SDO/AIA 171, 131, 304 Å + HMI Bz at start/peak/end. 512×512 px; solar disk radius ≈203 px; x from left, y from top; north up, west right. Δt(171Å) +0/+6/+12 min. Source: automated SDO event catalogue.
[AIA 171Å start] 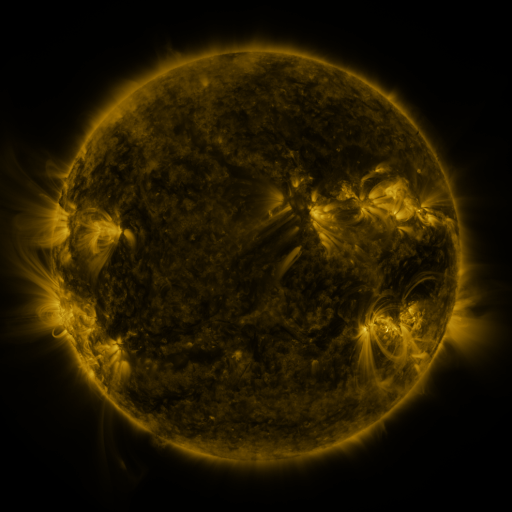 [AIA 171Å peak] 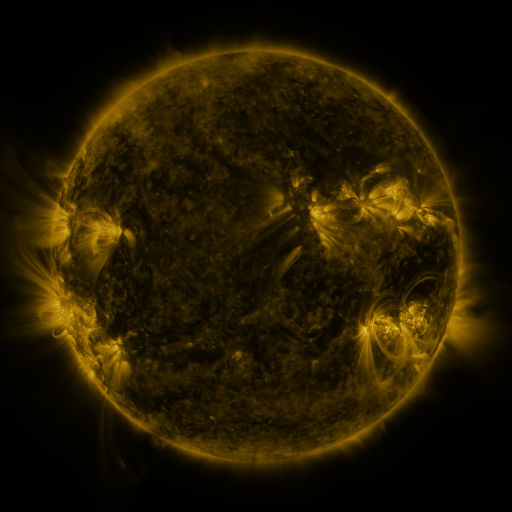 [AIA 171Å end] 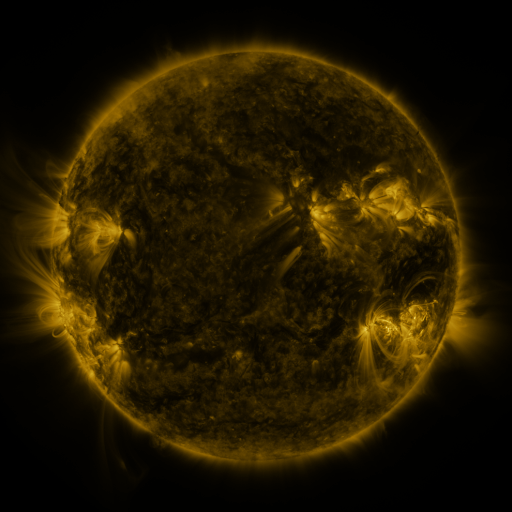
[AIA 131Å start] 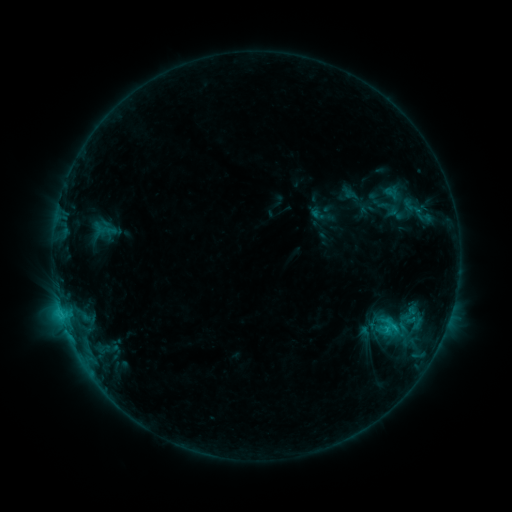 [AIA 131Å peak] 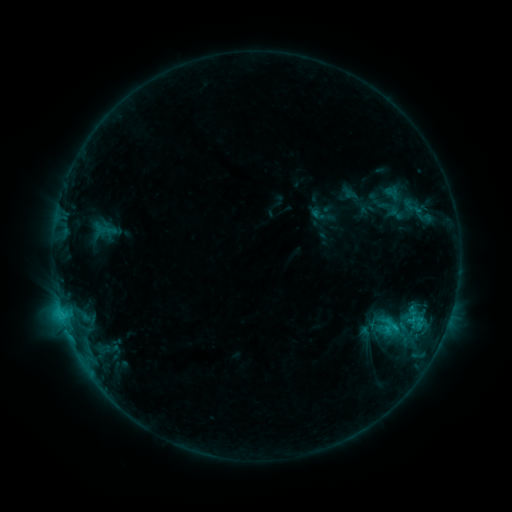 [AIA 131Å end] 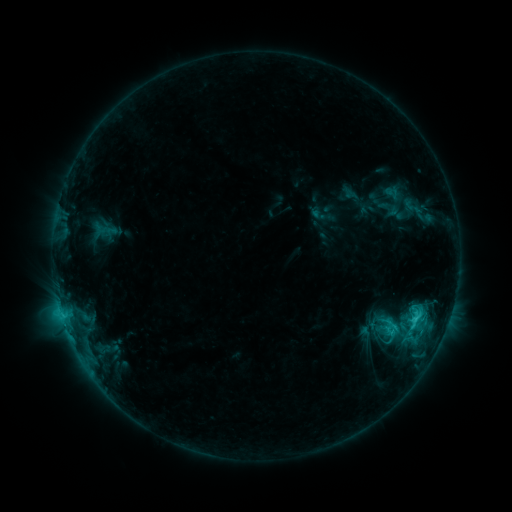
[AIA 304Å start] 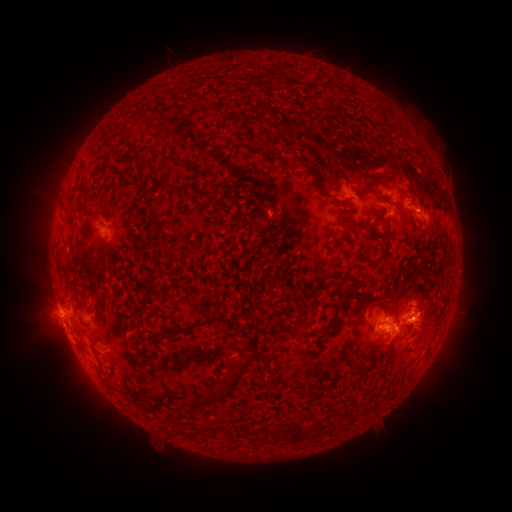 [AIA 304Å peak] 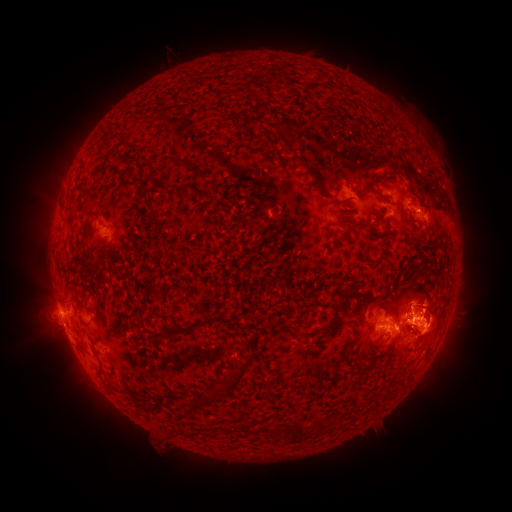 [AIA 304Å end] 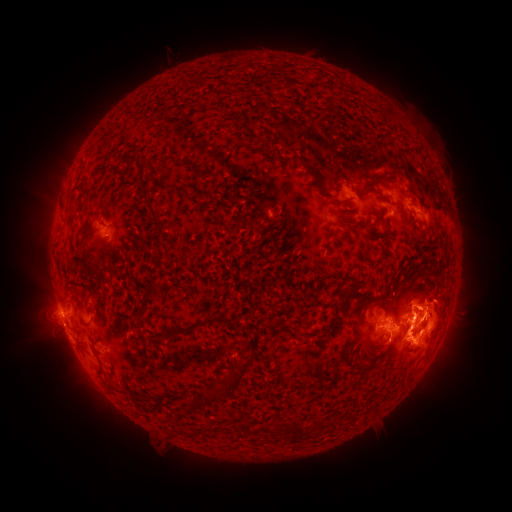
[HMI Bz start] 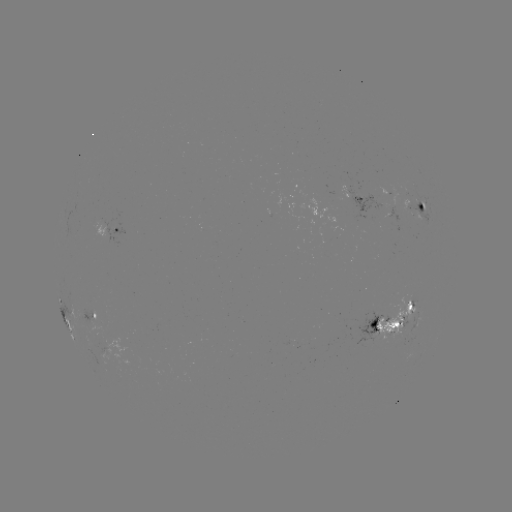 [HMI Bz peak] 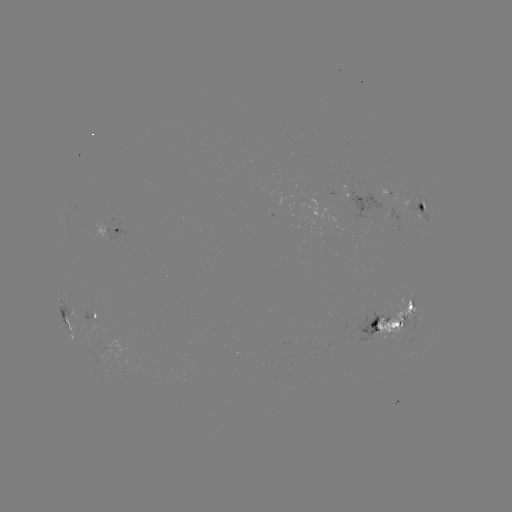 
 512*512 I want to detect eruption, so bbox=[0, 301, 58, 358].